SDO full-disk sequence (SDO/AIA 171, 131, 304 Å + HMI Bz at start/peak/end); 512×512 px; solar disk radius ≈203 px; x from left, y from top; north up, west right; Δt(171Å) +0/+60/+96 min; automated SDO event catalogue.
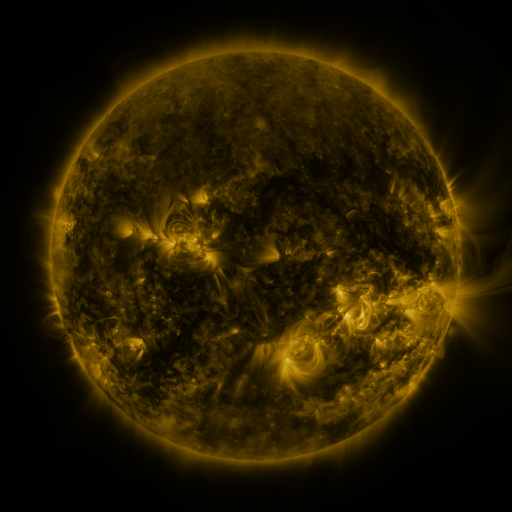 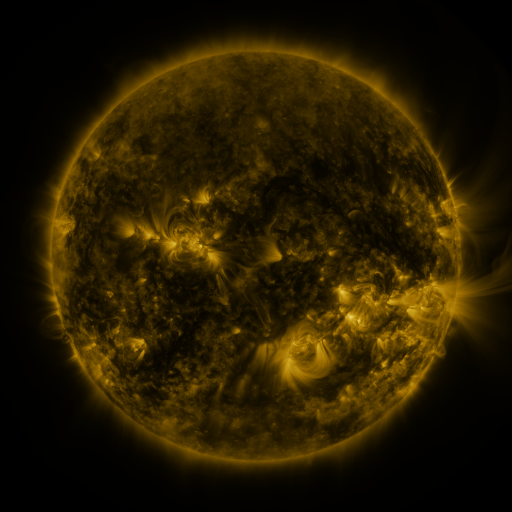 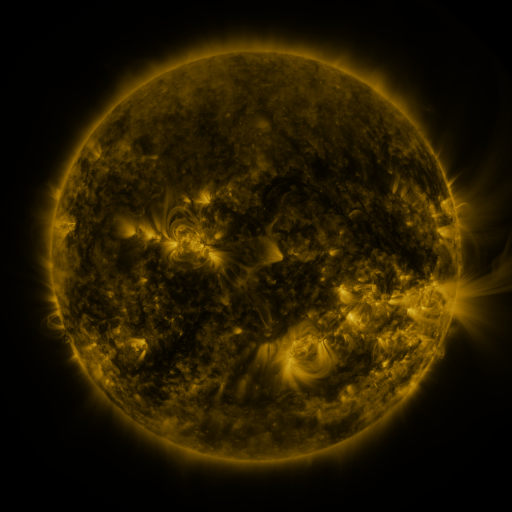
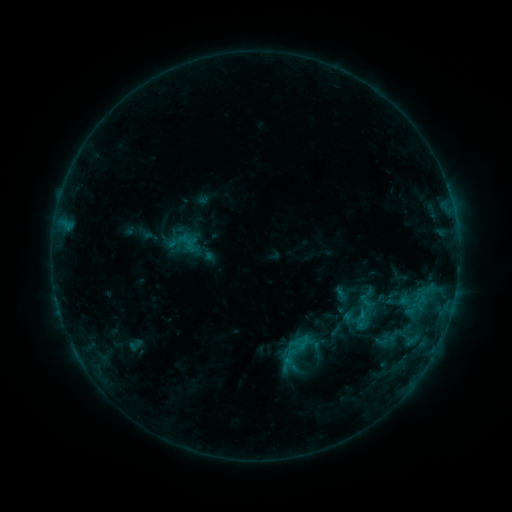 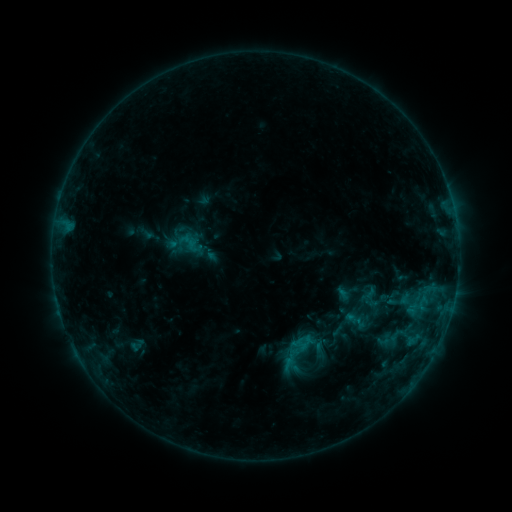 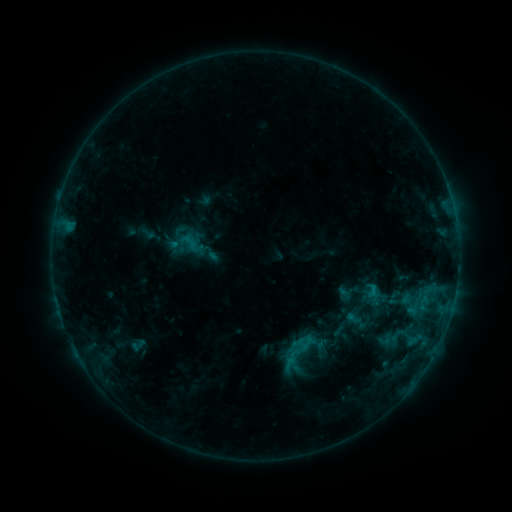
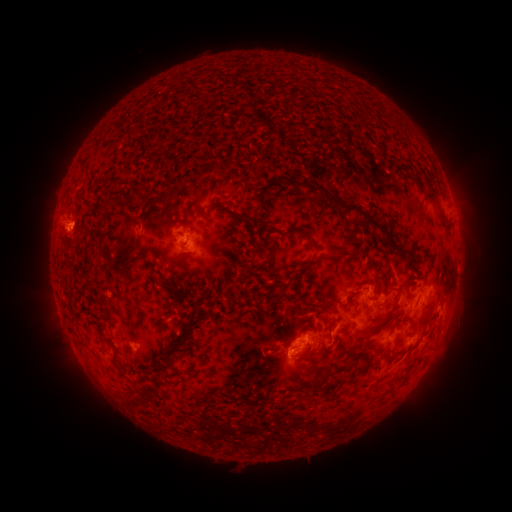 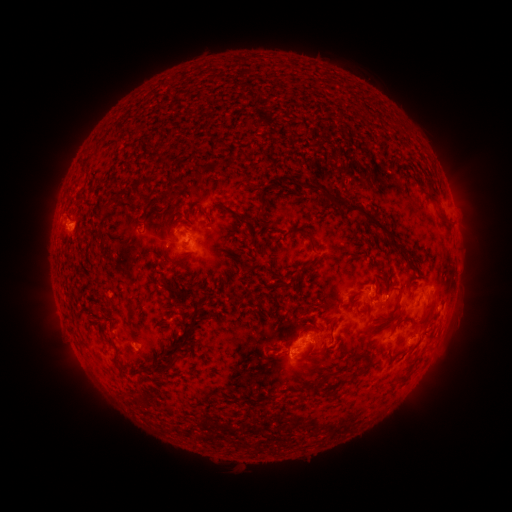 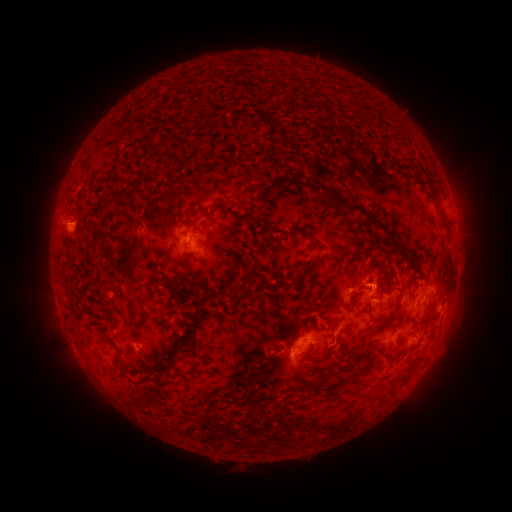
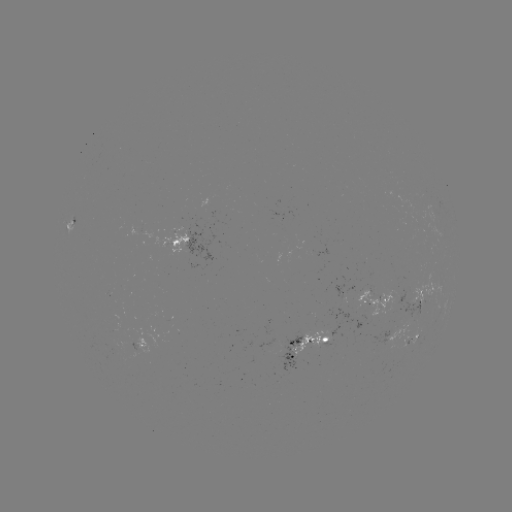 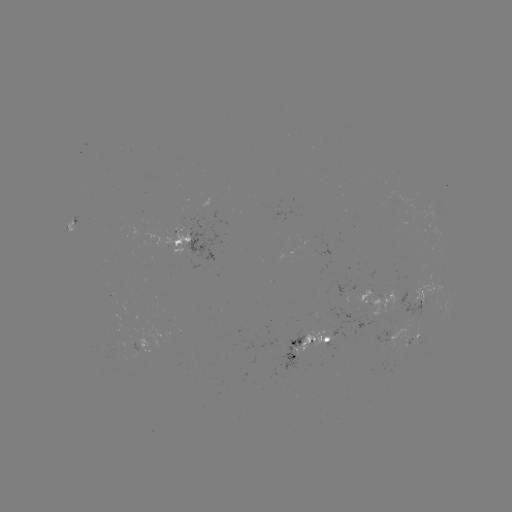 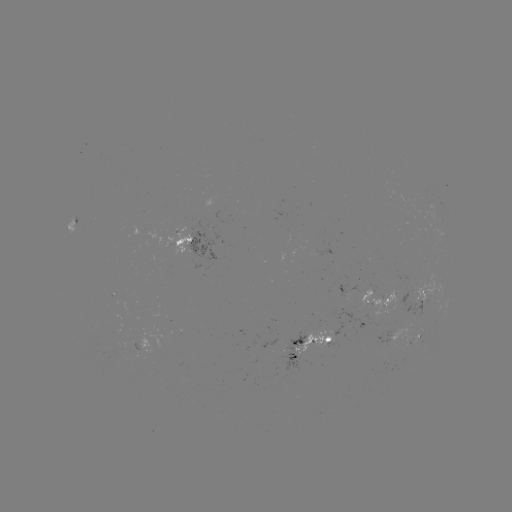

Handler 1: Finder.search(emerging-flux region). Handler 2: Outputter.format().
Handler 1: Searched emerging-flux region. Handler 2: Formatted (313, 340).